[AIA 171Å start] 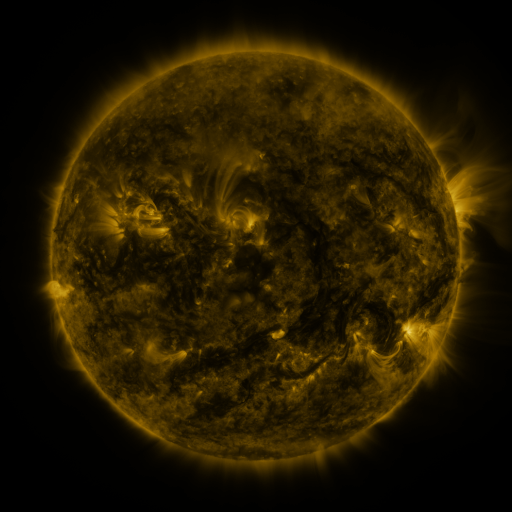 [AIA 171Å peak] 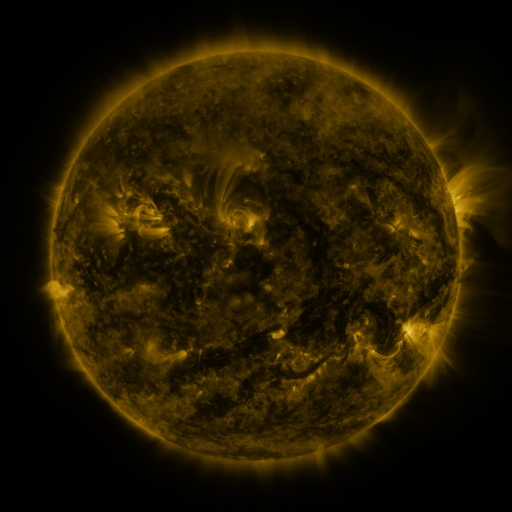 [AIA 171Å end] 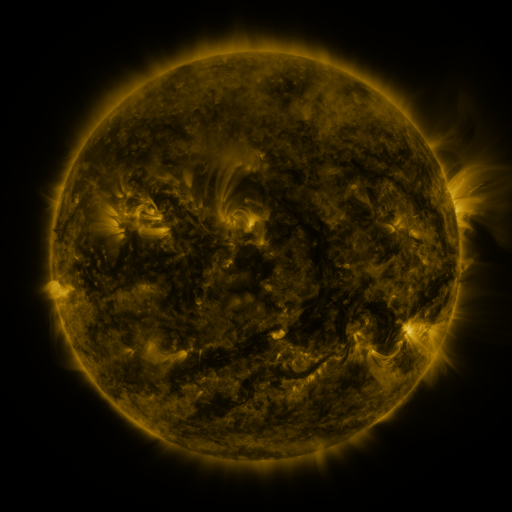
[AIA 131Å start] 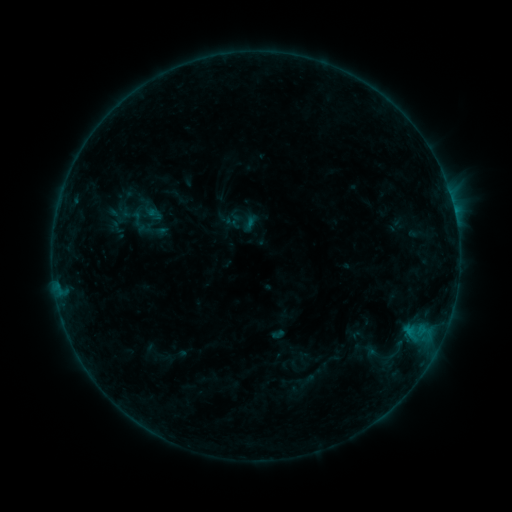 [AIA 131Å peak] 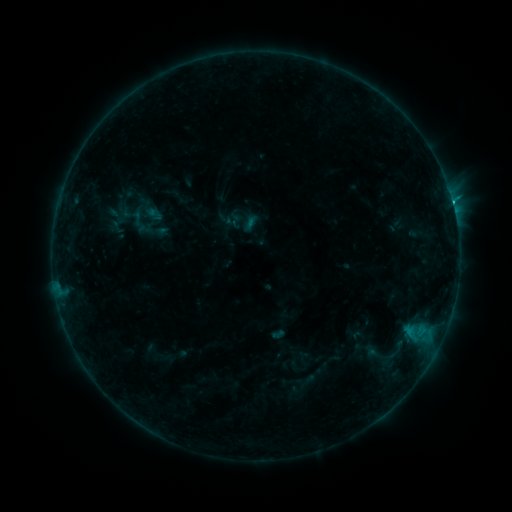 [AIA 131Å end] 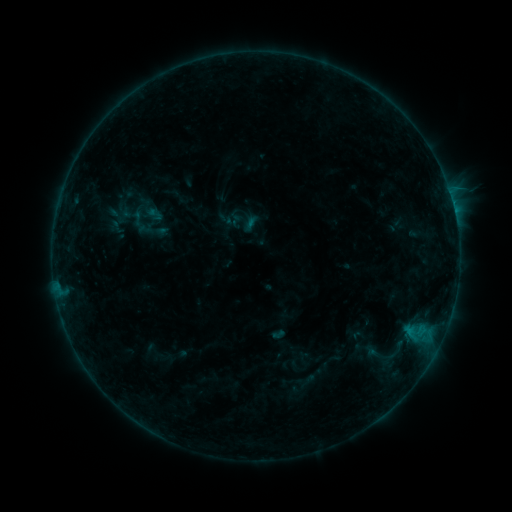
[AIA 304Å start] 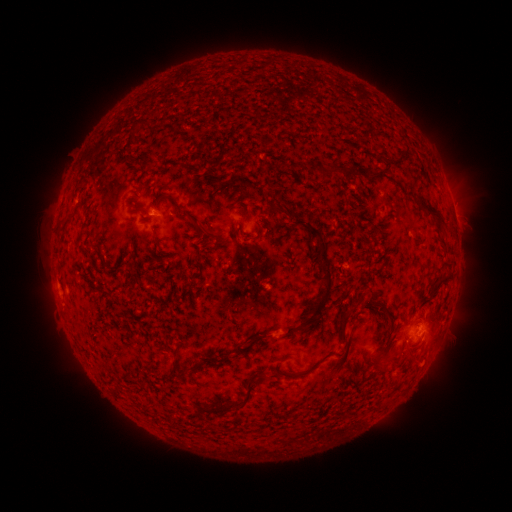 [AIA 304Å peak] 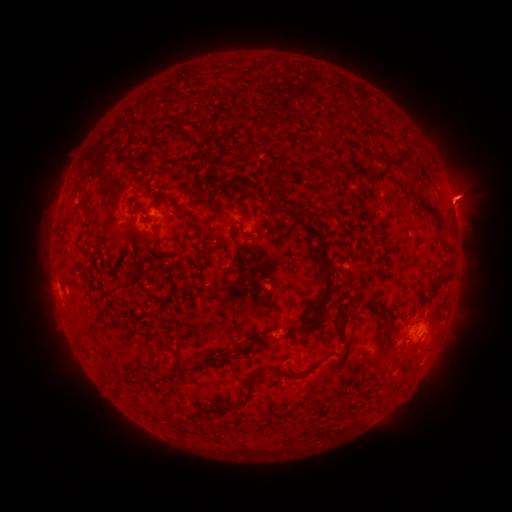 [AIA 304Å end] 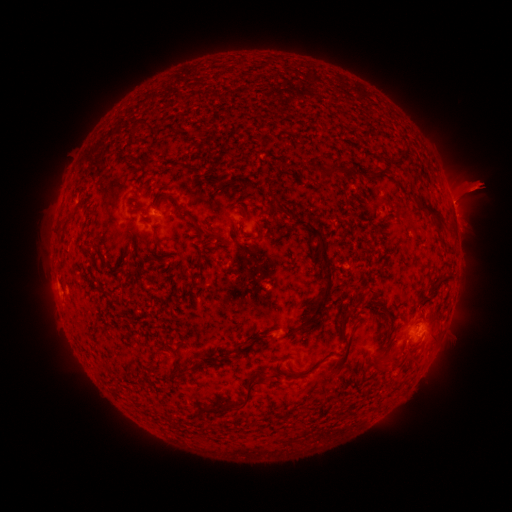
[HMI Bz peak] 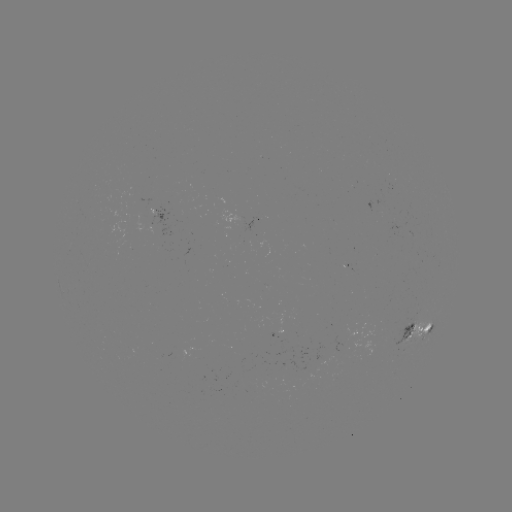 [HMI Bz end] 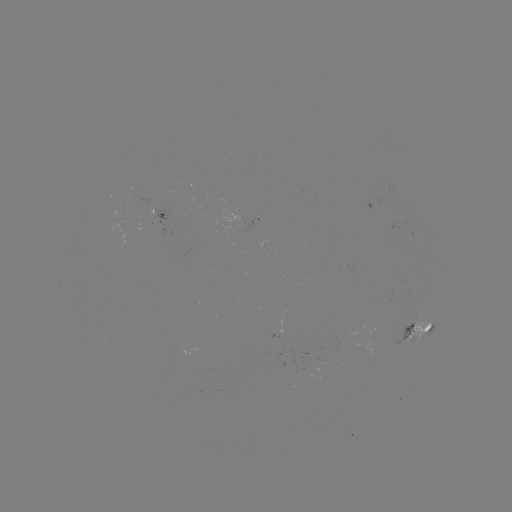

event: flare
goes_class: B6.7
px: (252, 225)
